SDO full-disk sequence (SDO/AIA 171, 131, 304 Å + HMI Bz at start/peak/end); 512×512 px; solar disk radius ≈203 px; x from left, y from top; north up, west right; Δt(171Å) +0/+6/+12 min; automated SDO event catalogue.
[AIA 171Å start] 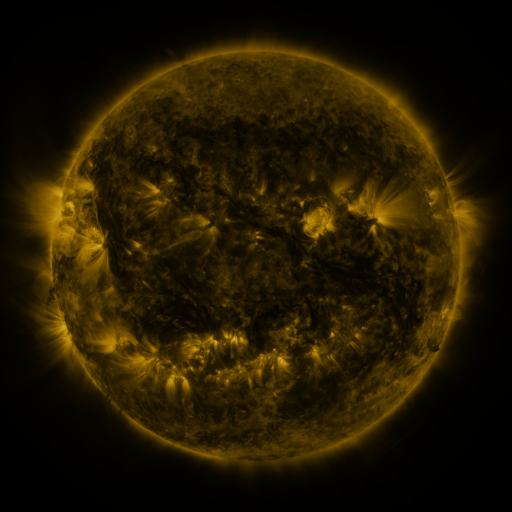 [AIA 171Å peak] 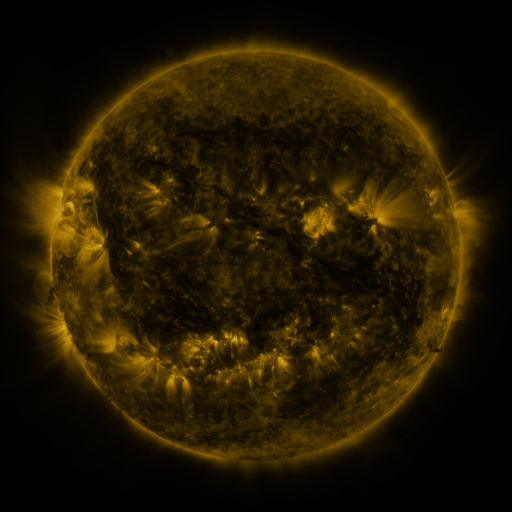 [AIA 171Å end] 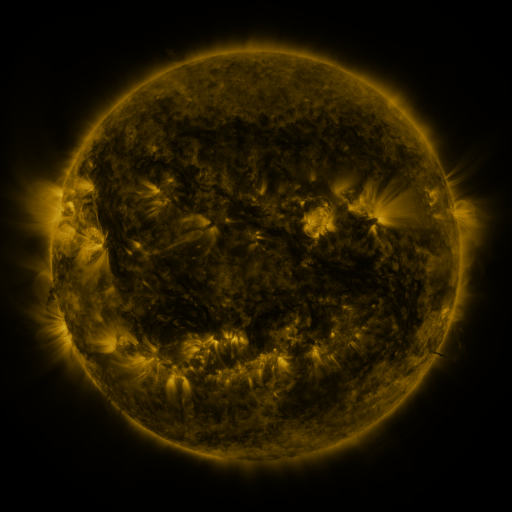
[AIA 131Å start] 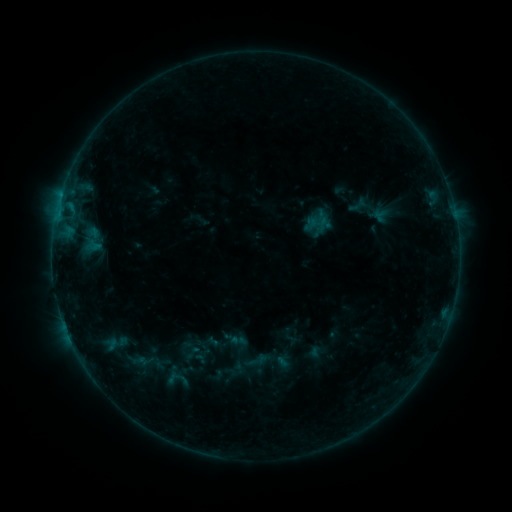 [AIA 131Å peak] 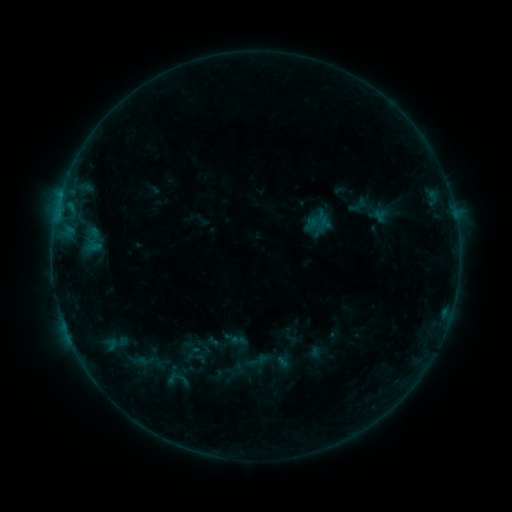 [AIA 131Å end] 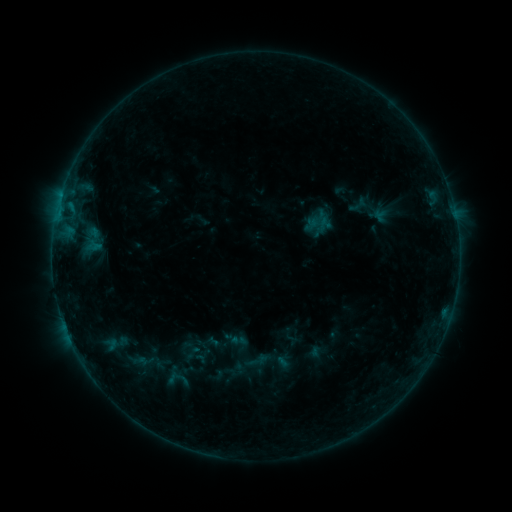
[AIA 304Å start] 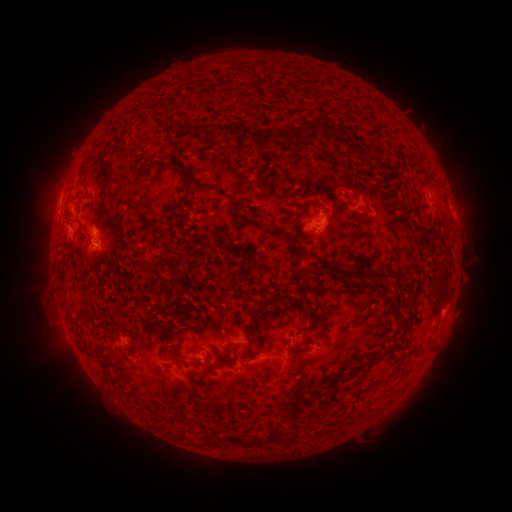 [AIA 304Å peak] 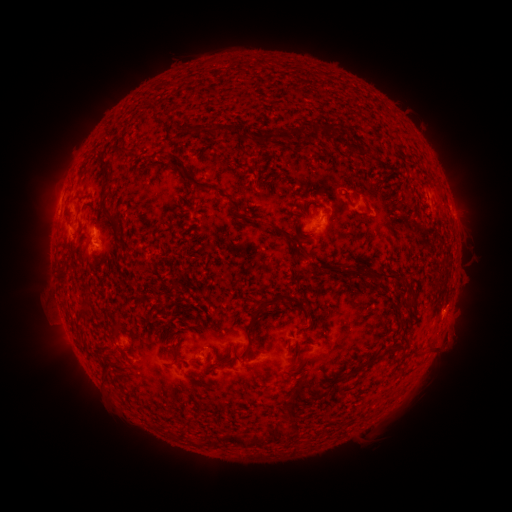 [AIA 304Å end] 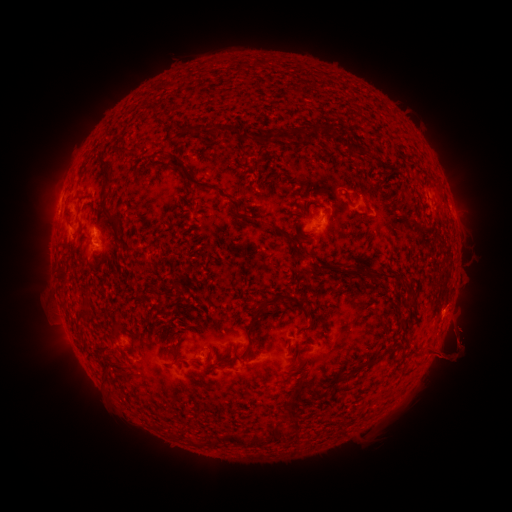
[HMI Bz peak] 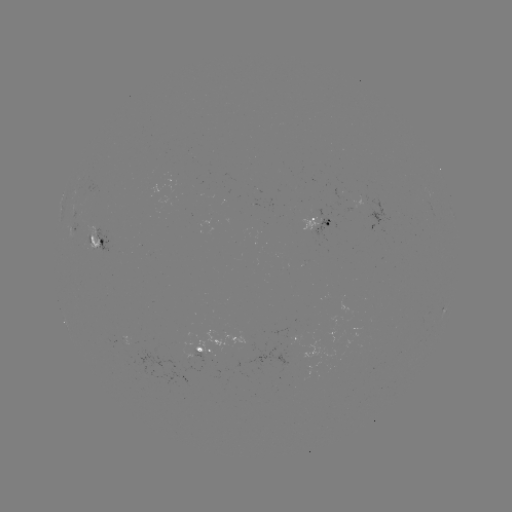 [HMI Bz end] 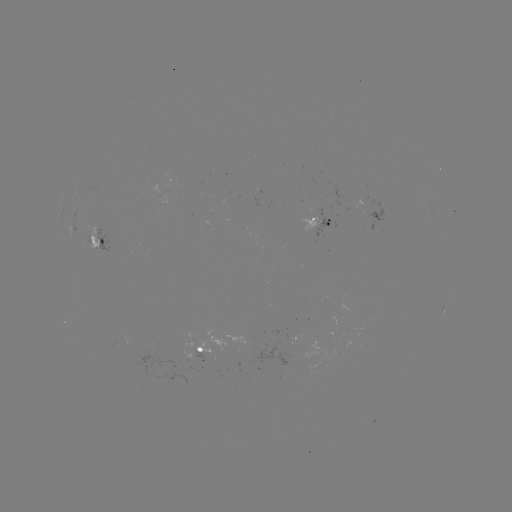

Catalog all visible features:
eruption: (454, 341)
